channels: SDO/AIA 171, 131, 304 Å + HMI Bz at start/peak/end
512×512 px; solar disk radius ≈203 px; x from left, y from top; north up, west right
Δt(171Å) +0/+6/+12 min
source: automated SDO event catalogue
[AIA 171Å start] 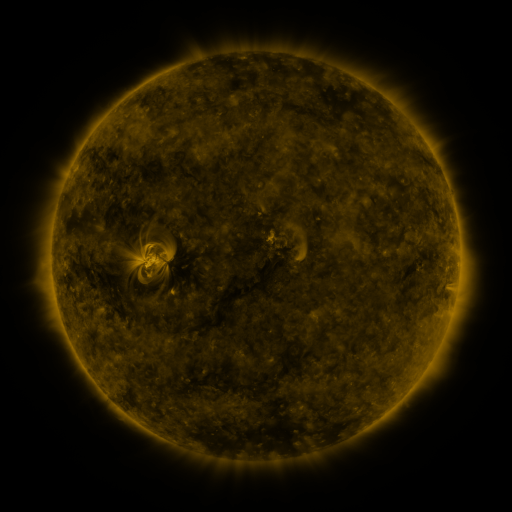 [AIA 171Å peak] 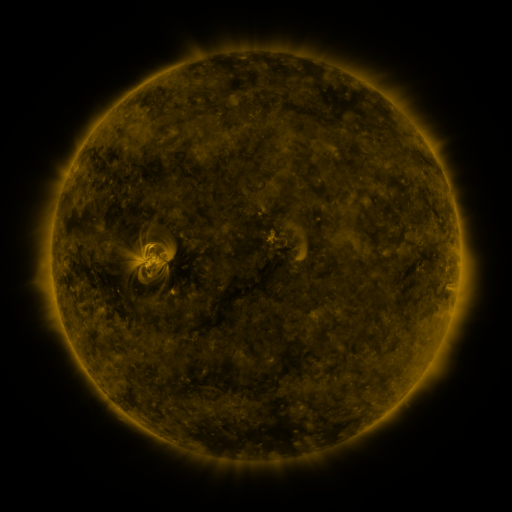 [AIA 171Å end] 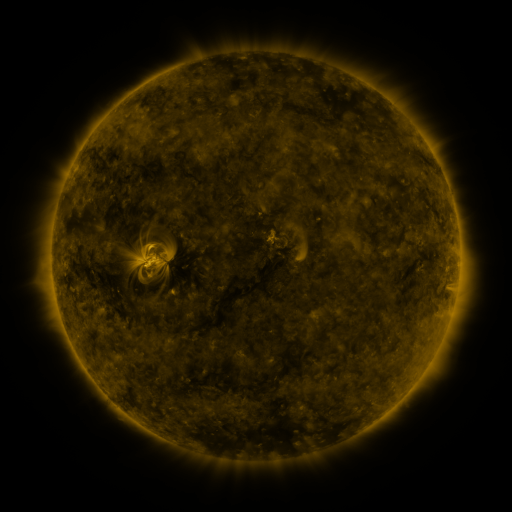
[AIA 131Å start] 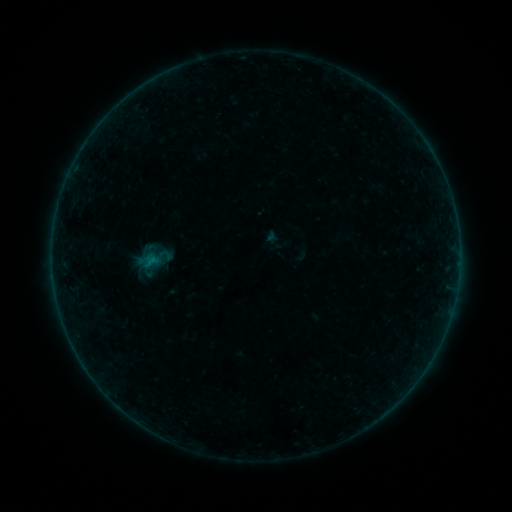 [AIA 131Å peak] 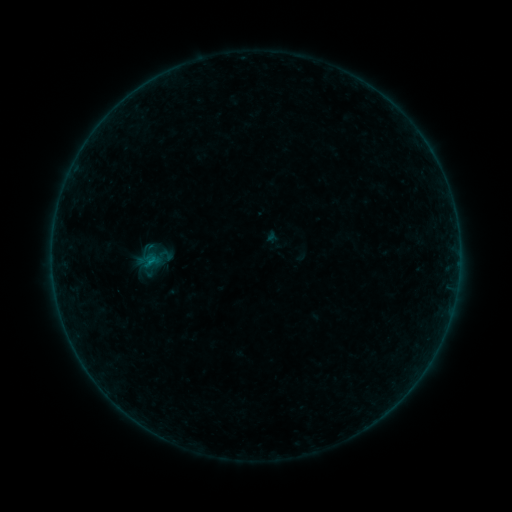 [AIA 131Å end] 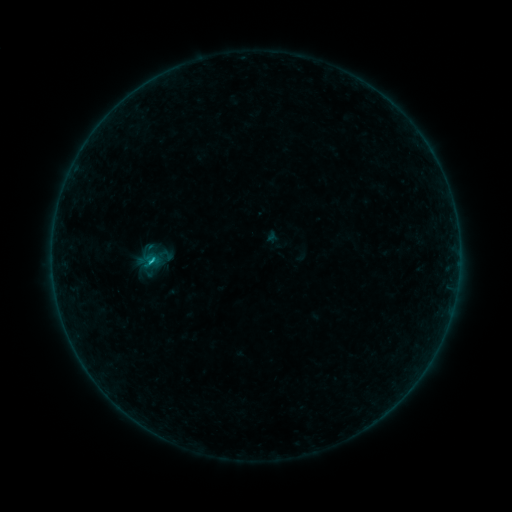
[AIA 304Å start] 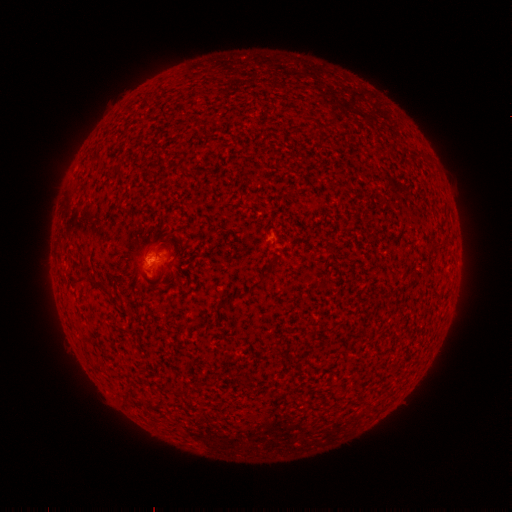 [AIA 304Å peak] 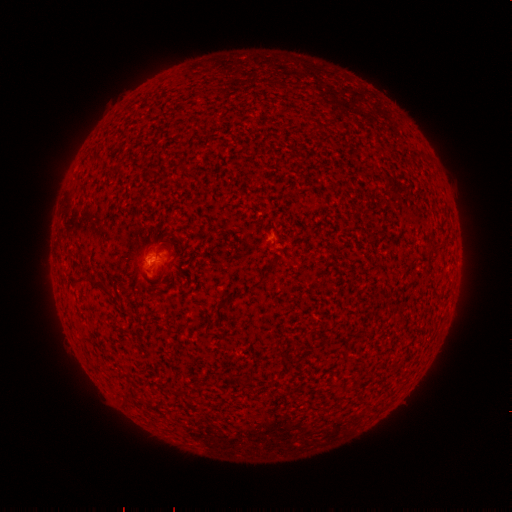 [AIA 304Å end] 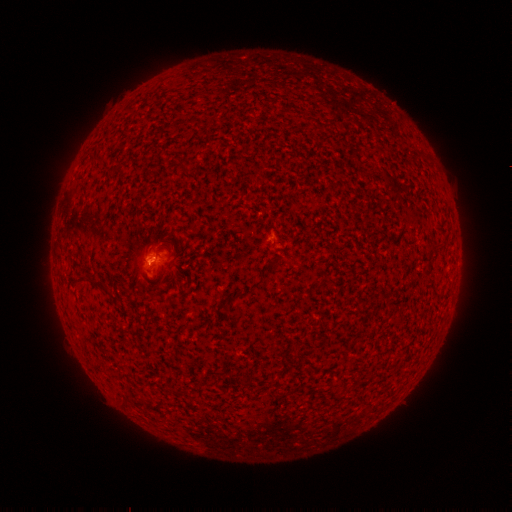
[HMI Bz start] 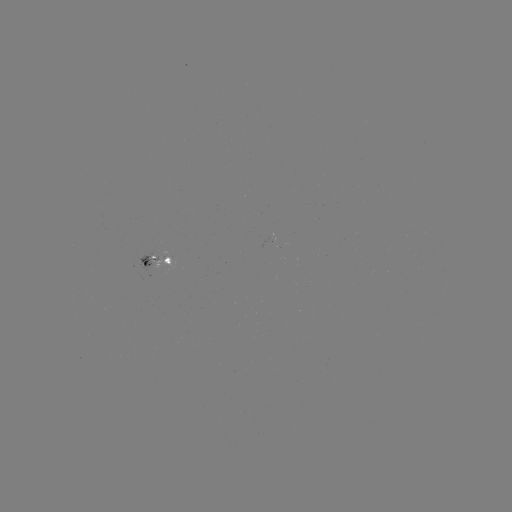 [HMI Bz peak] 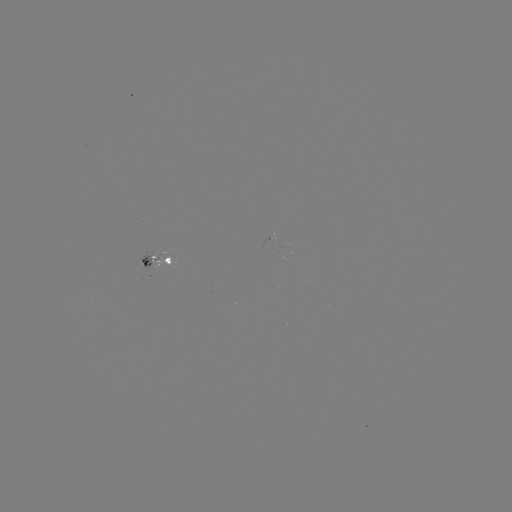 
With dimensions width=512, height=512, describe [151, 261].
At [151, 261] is B5.1 flare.